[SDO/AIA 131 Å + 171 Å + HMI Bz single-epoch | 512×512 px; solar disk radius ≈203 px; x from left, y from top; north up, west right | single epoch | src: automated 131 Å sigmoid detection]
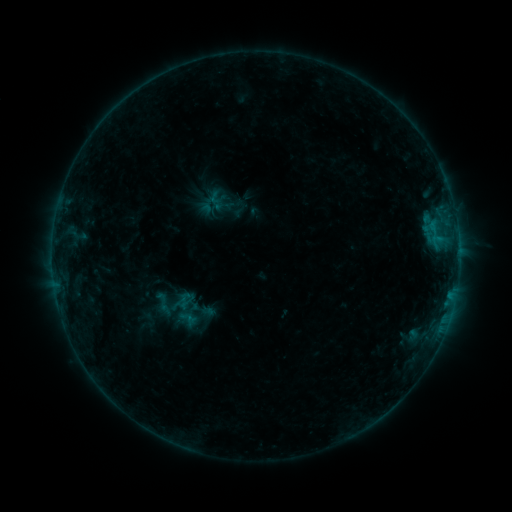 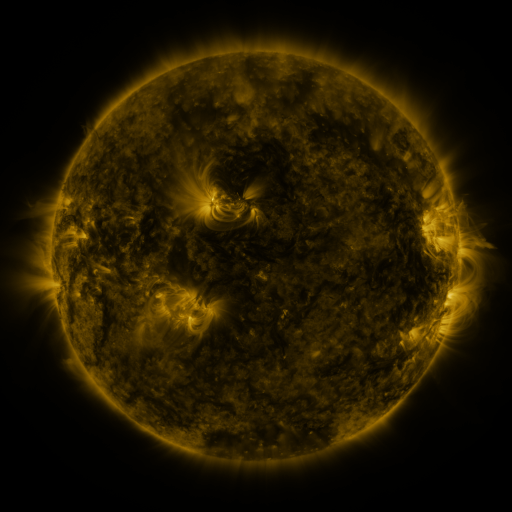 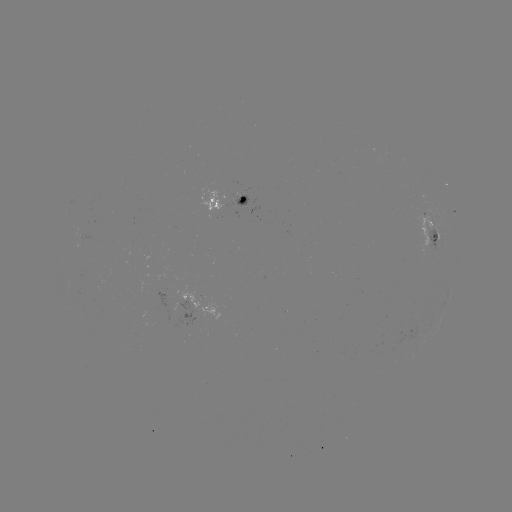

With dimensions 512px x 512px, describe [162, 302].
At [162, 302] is sigmoid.